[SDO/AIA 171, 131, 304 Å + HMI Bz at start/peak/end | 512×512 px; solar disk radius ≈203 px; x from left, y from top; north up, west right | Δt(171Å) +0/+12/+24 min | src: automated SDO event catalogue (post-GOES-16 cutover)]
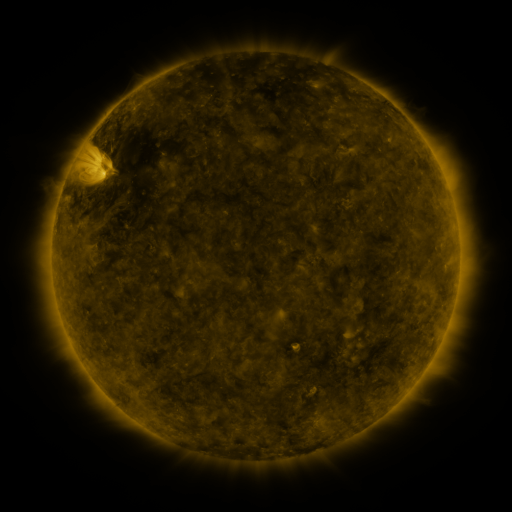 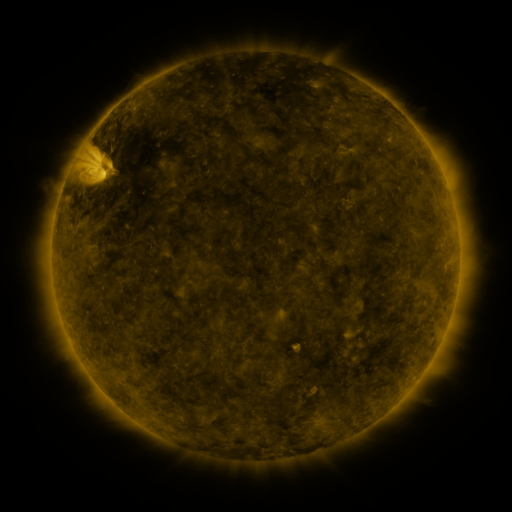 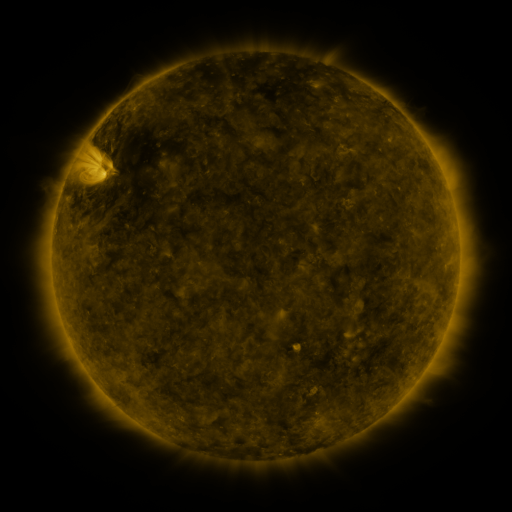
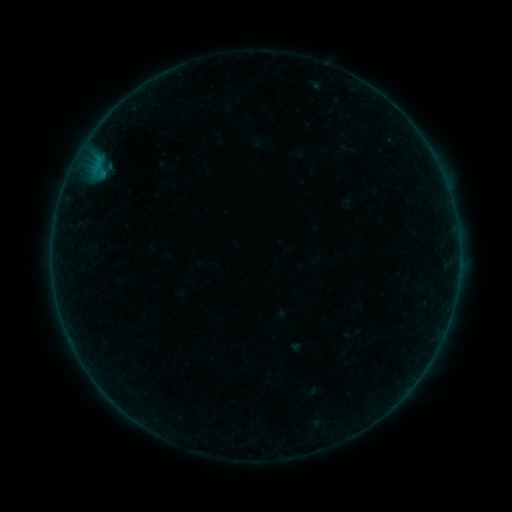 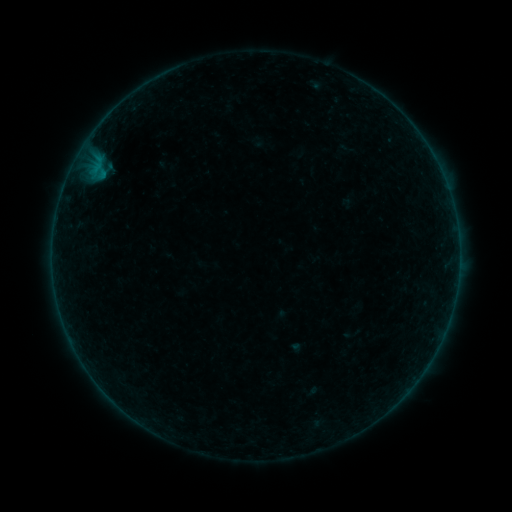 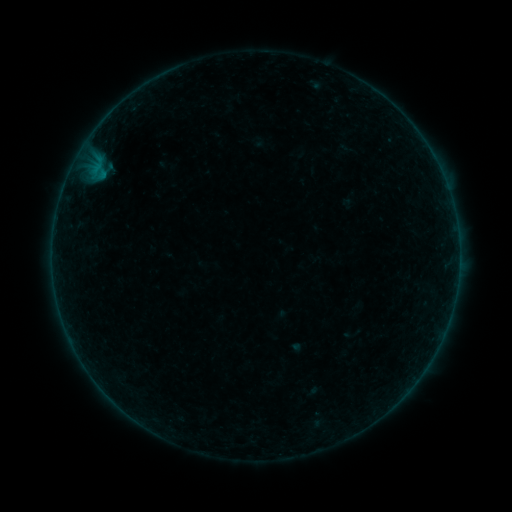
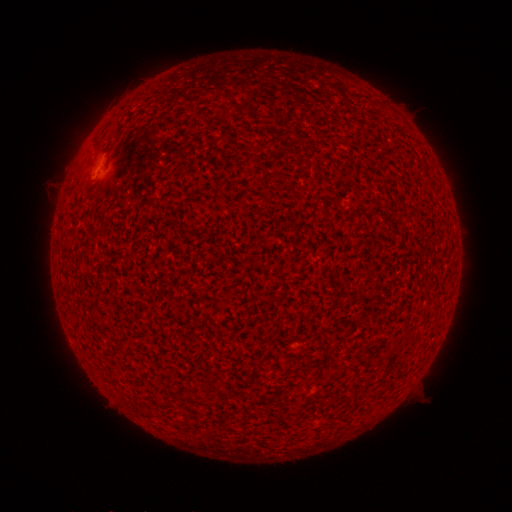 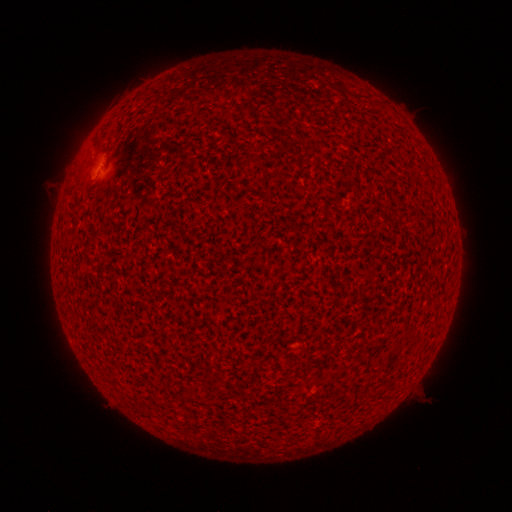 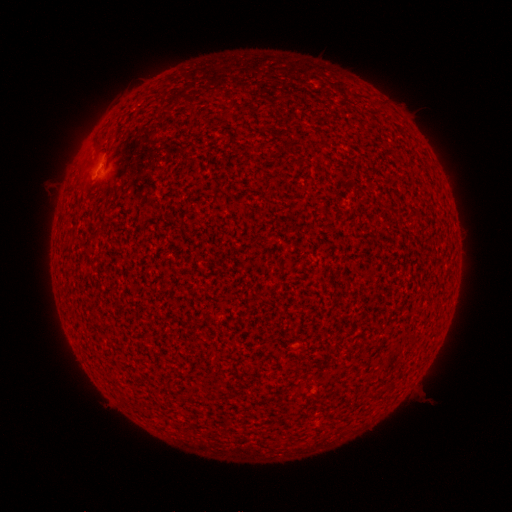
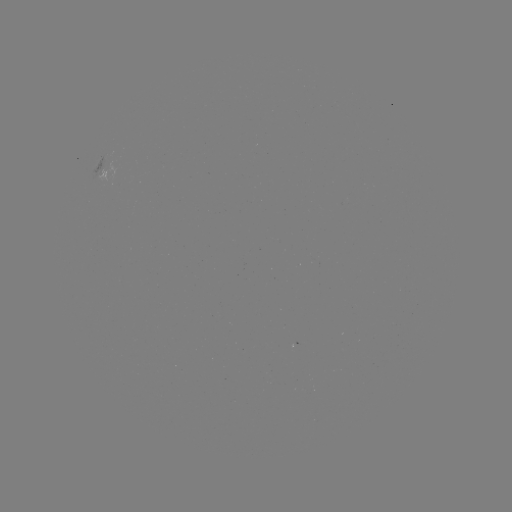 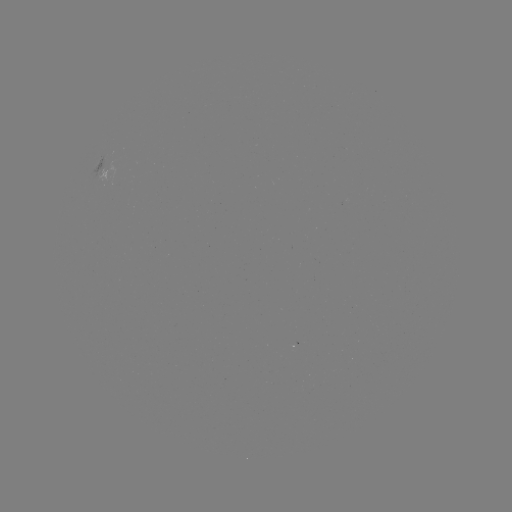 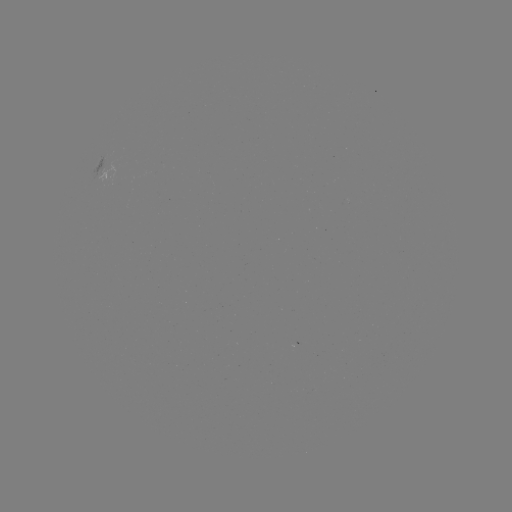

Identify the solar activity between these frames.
nothing was catalogued: no classed flare, no EUV trigger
